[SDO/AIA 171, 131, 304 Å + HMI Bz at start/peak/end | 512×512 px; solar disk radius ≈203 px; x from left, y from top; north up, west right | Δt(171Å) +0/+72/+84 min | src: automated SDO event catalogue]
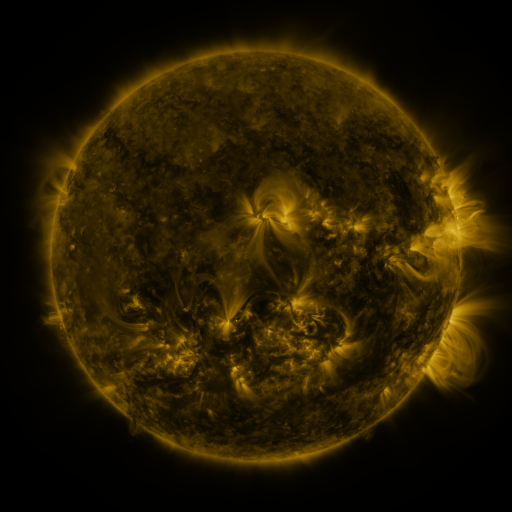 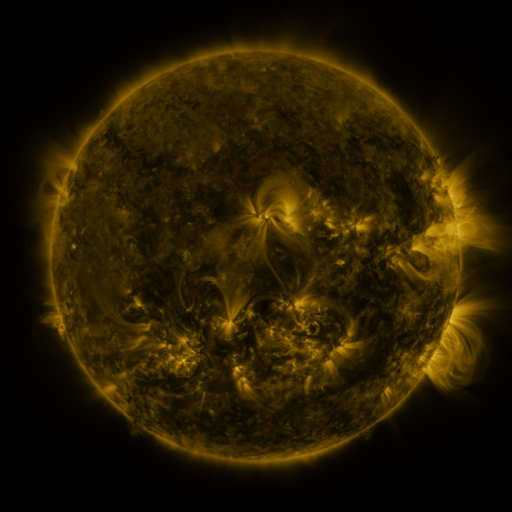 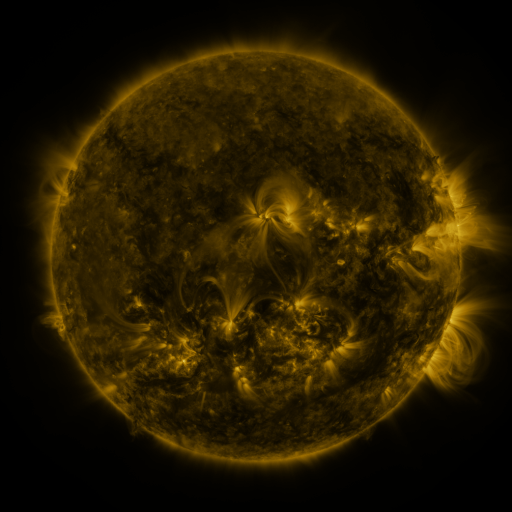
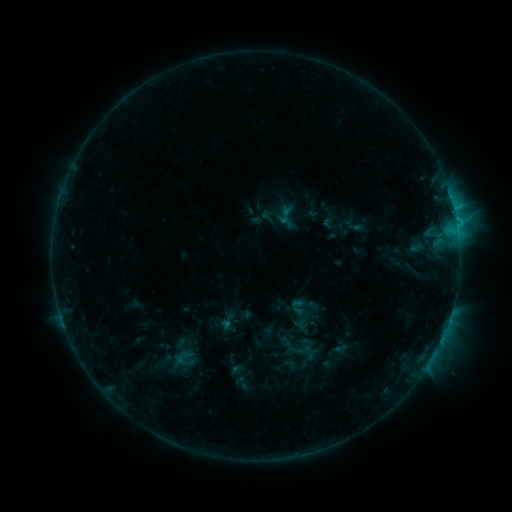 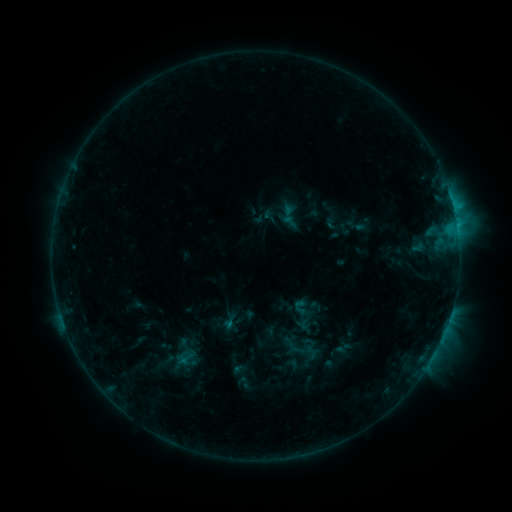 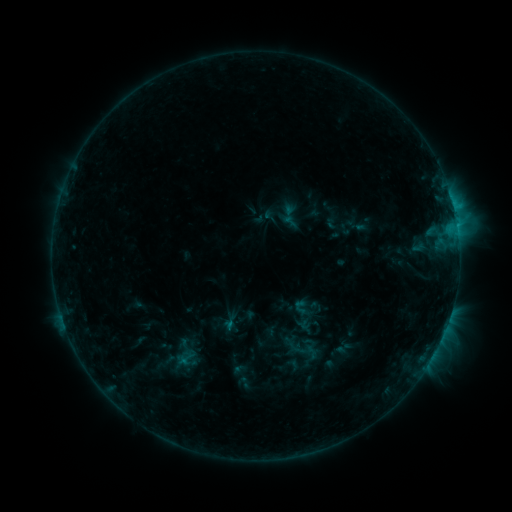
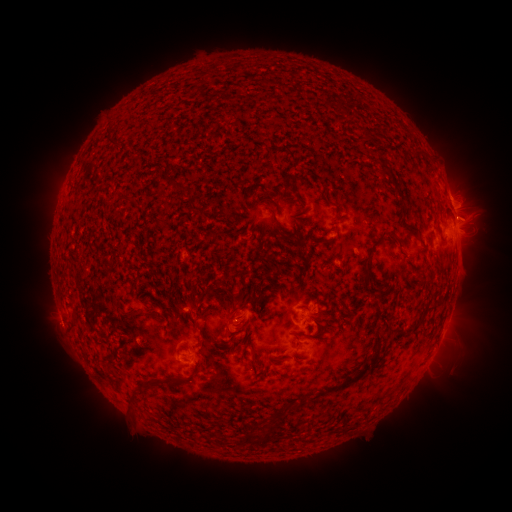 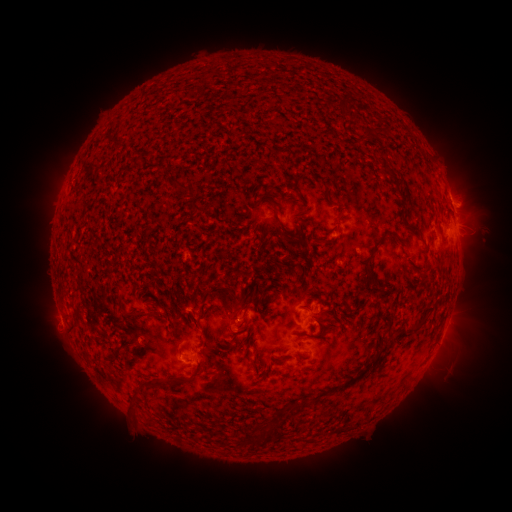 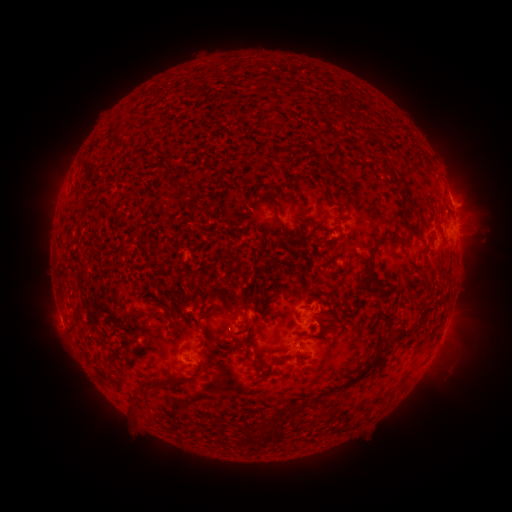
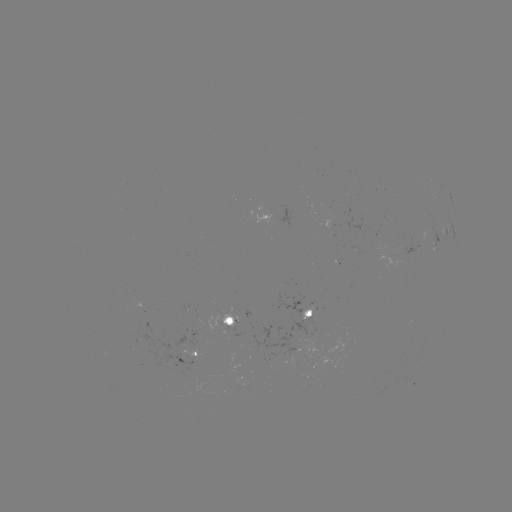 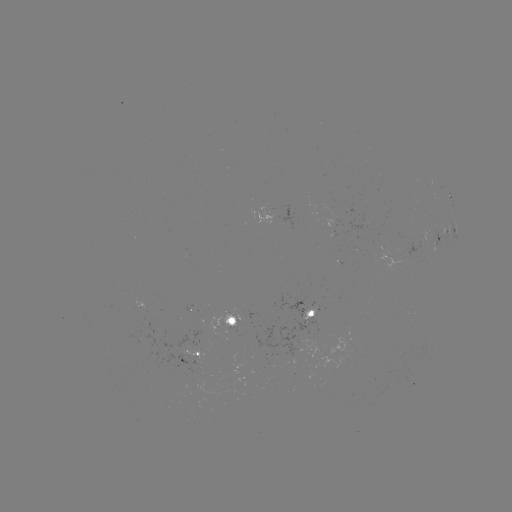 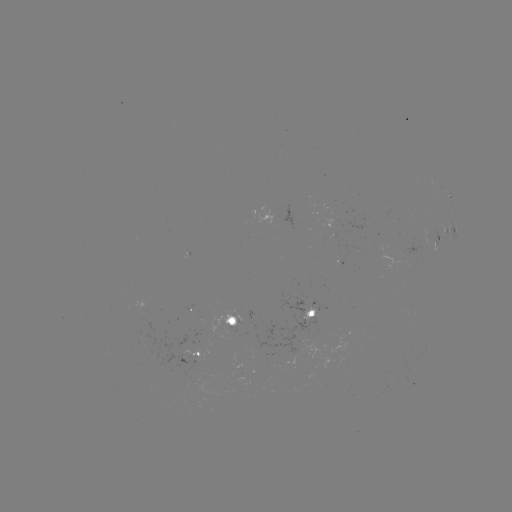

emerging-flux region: (302, 305, 320, 321)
